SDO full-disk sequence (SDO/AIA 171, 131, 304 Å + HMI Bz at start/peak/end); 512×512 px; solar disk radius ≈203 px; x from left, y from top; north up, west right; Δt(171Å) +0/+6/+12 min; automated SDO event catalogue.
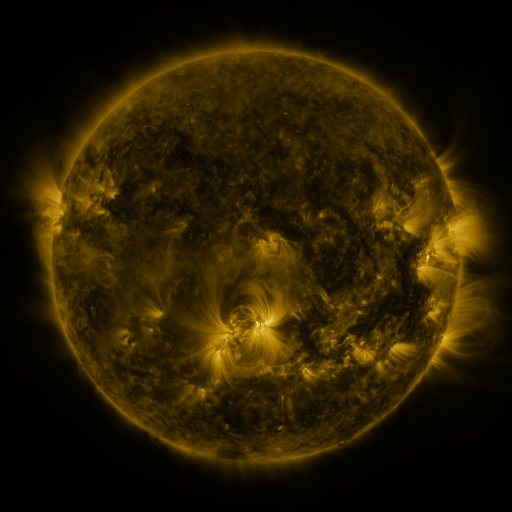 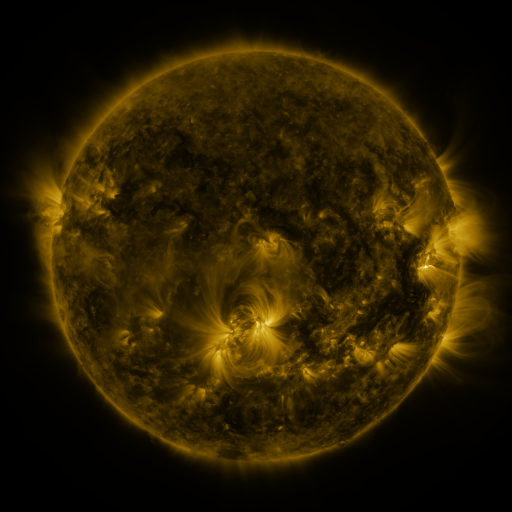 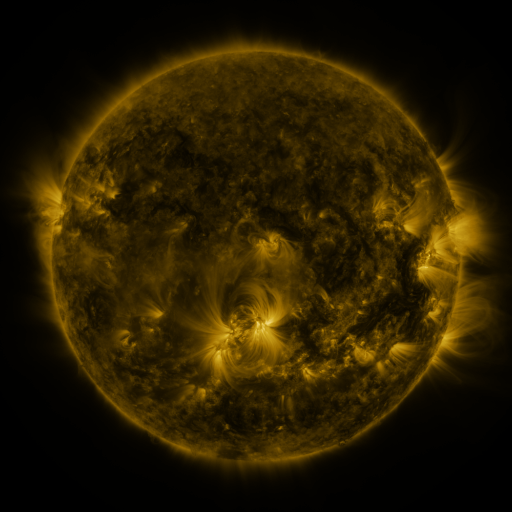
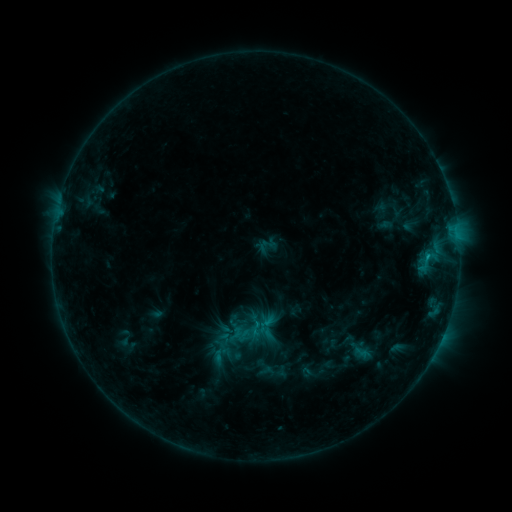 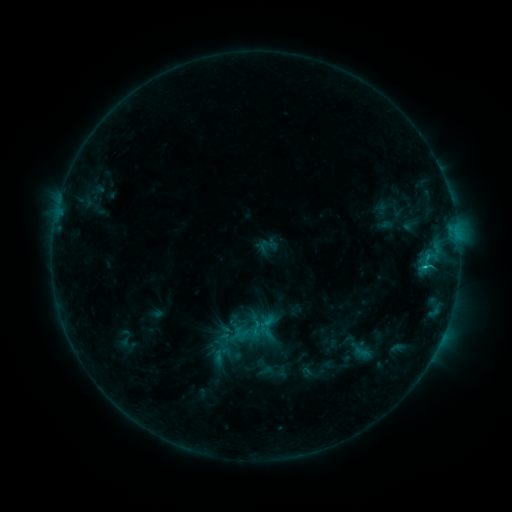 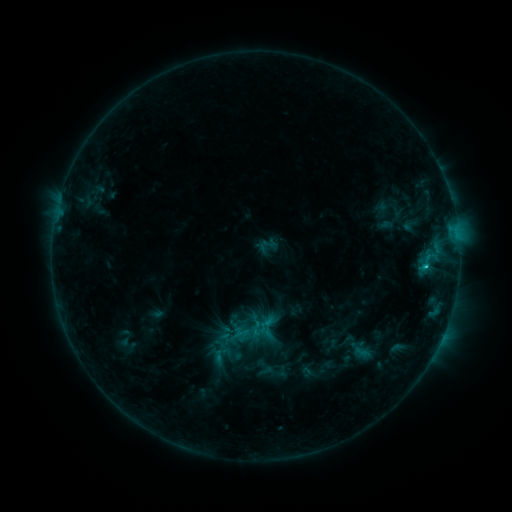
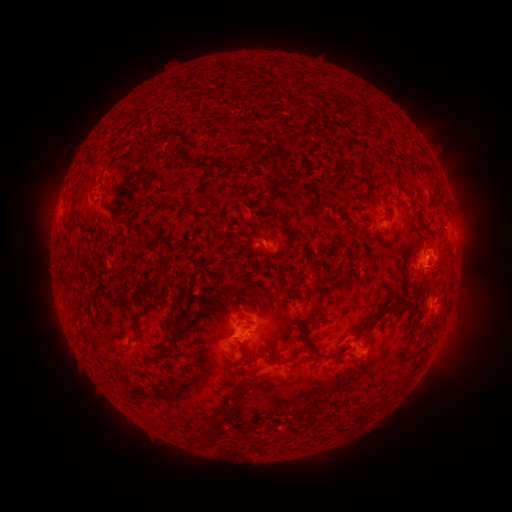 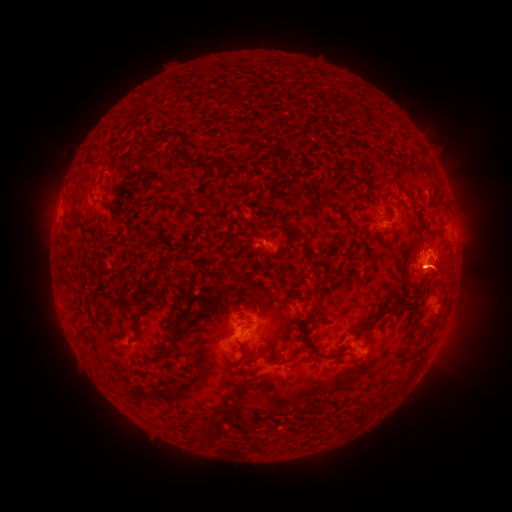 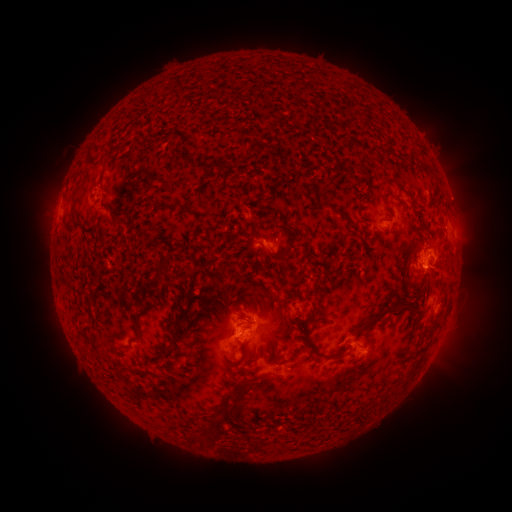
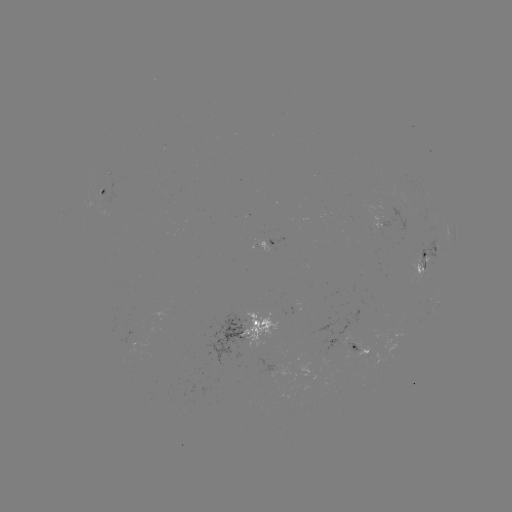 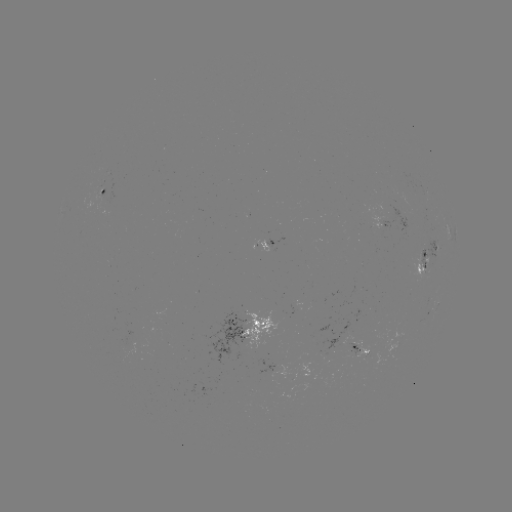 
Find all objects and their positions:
eruption: (442, 271)
